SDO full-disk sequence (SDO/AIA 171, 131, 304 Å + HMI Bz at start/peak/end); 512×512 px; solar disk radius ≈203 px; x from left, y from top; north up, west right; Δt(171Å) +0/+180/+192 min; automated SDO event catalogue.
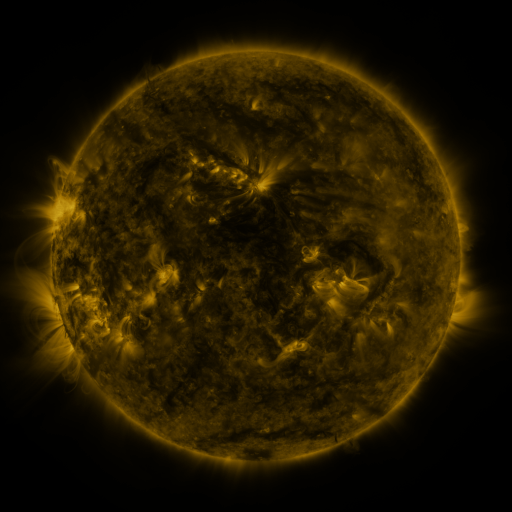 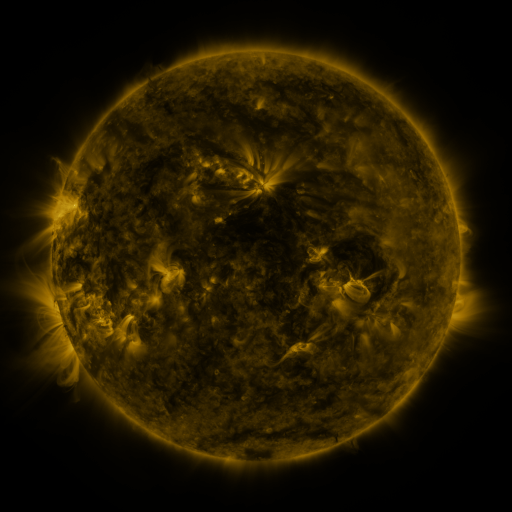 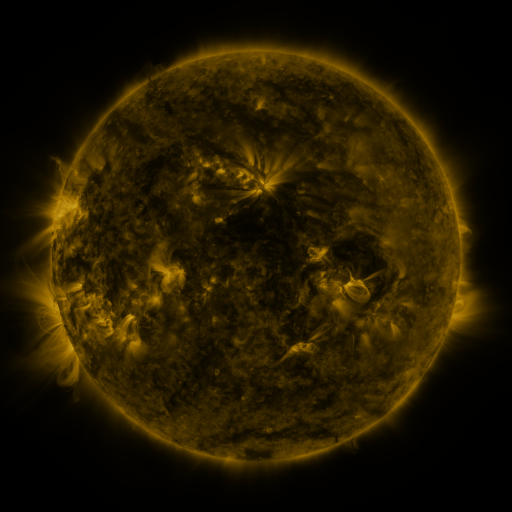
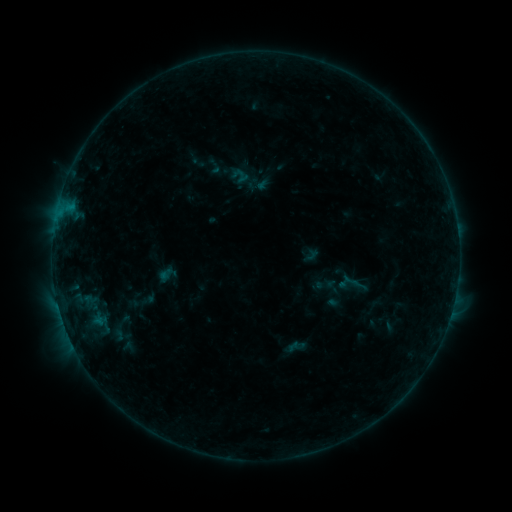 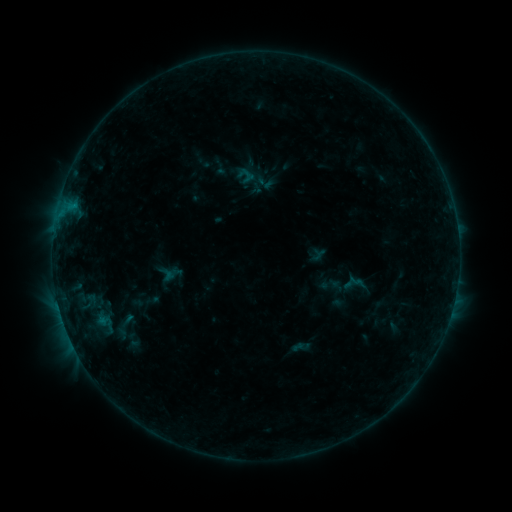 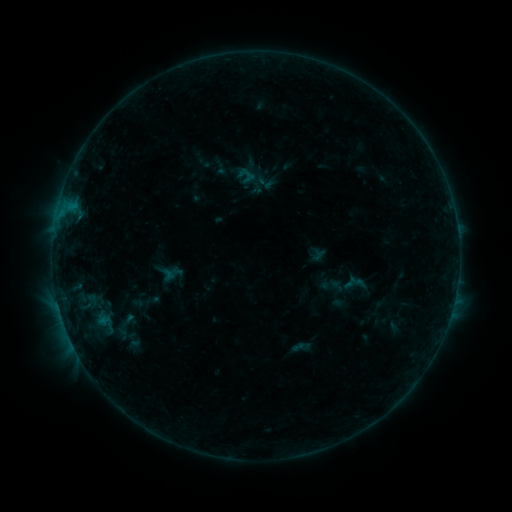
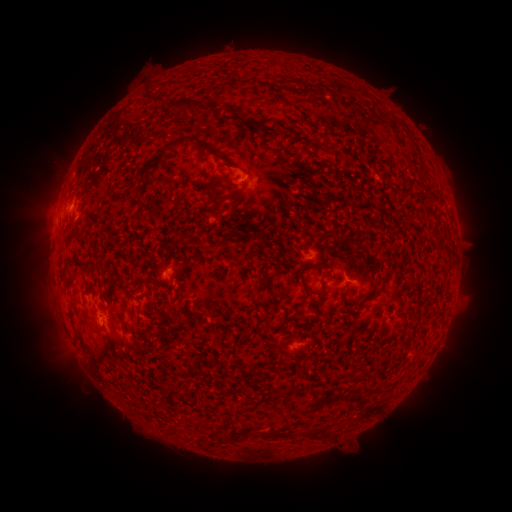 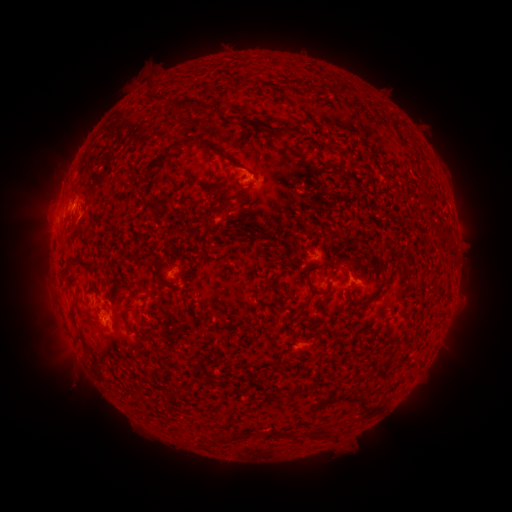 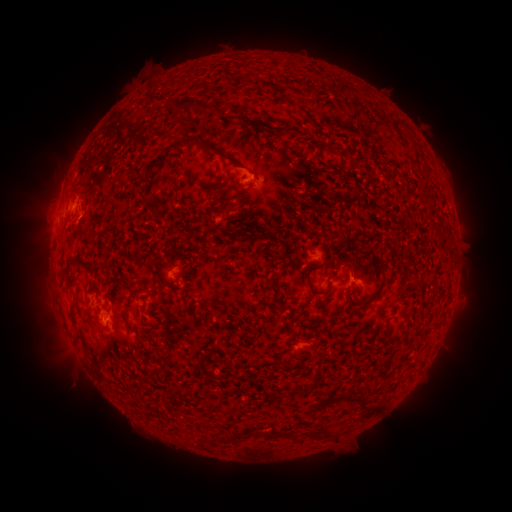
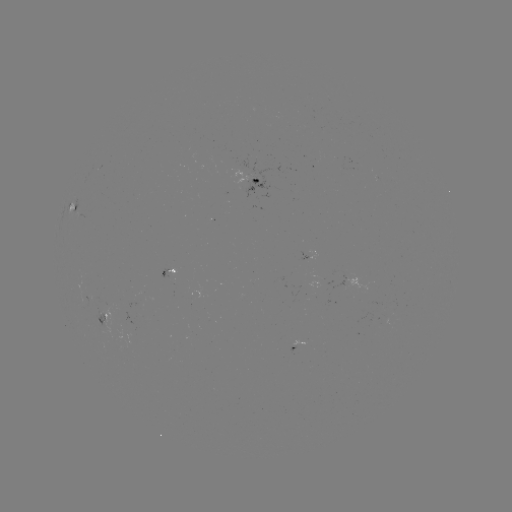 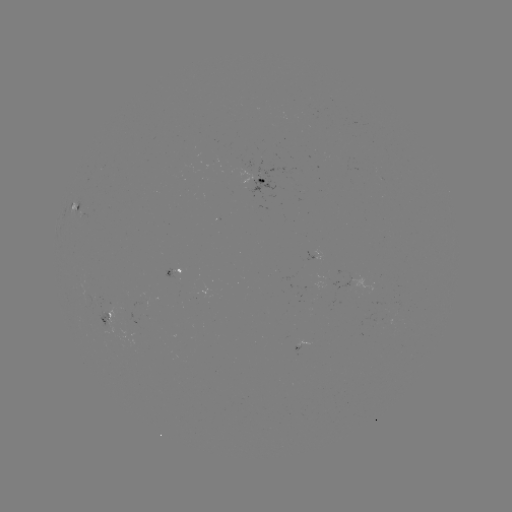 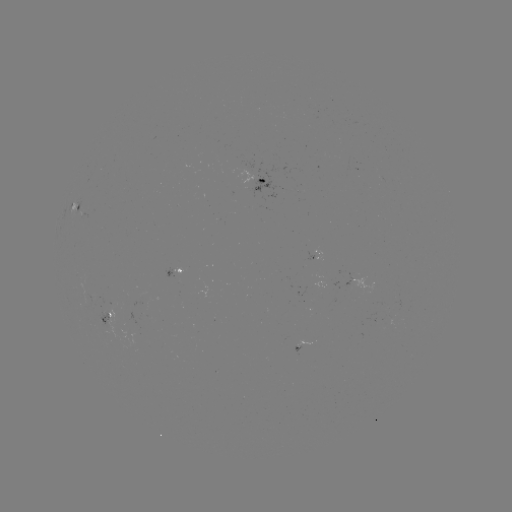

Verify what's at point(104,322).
emerging-flux region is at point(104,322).